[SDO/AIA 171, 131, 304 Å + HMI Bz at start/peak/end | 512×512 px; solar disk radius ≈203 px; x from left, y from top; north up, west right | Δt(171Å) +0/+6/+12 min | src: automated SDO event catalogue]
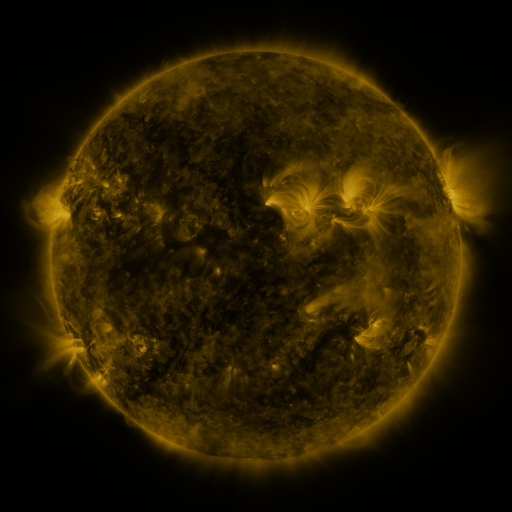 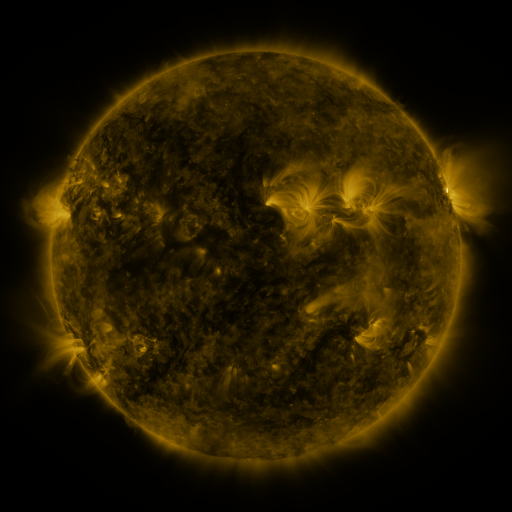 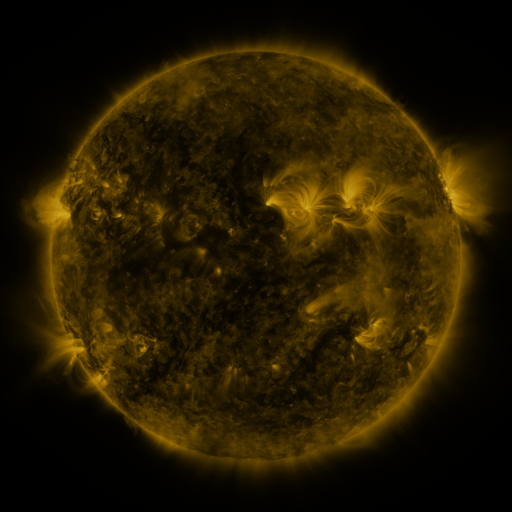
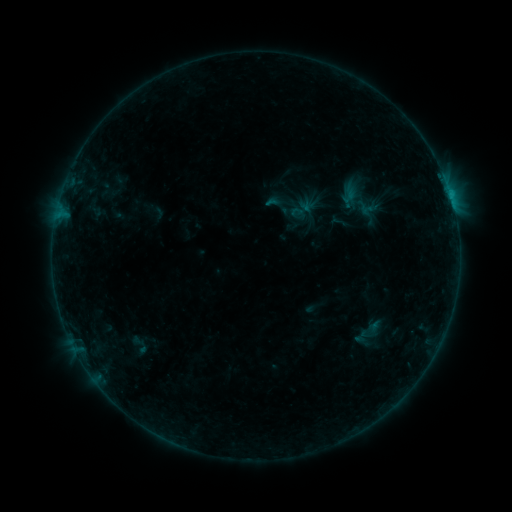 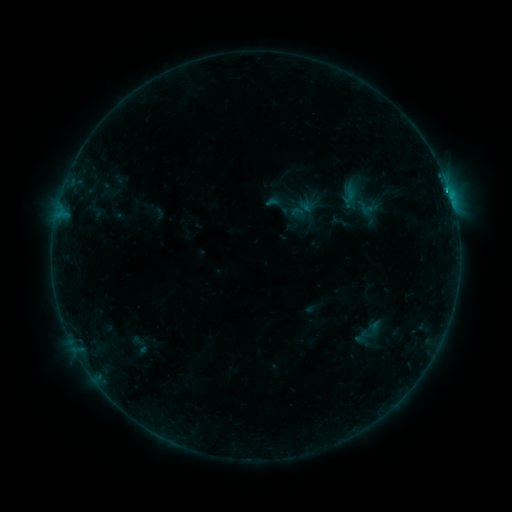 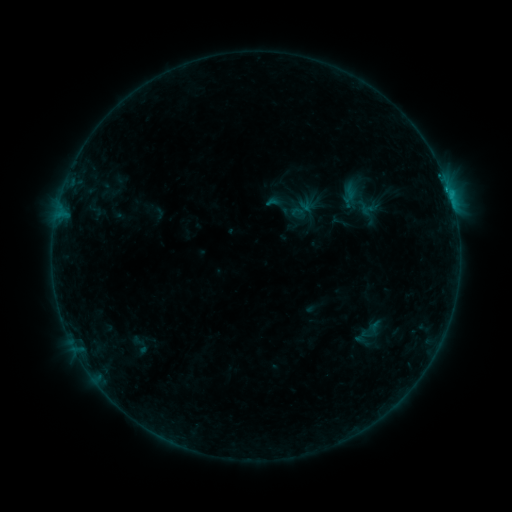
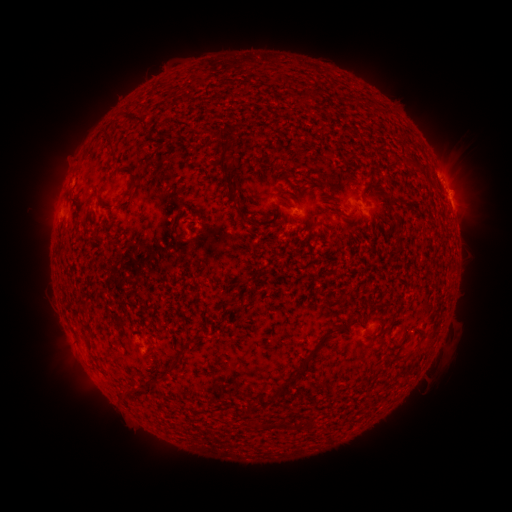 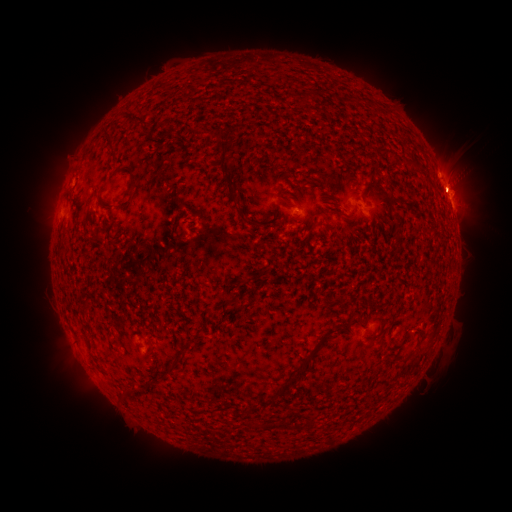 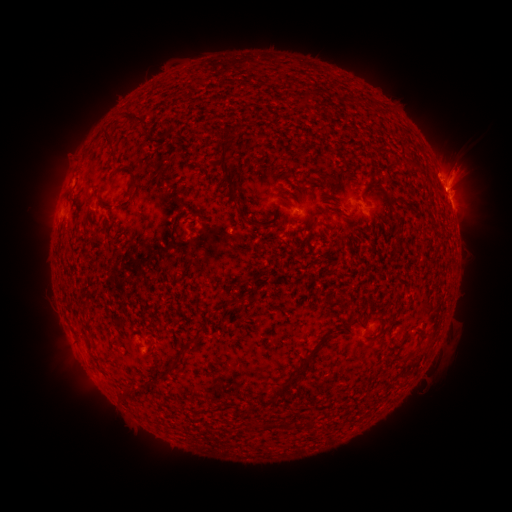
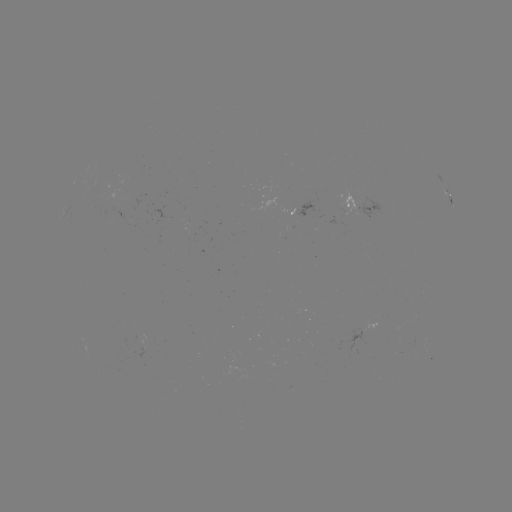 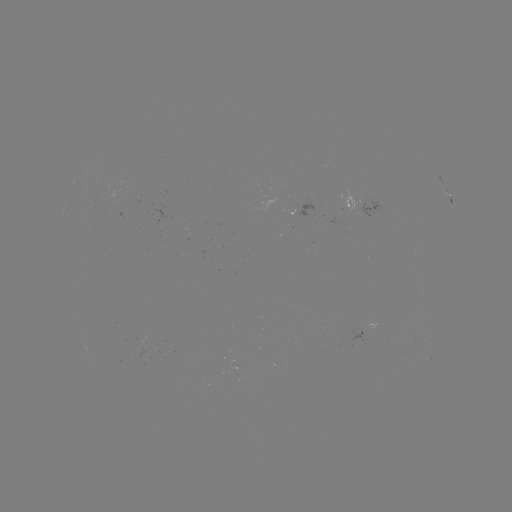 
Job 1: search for B8.1 flare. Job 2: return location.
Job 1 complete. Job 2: (447, 191).